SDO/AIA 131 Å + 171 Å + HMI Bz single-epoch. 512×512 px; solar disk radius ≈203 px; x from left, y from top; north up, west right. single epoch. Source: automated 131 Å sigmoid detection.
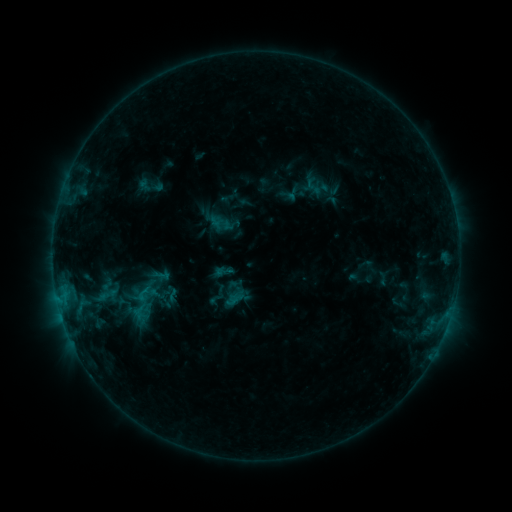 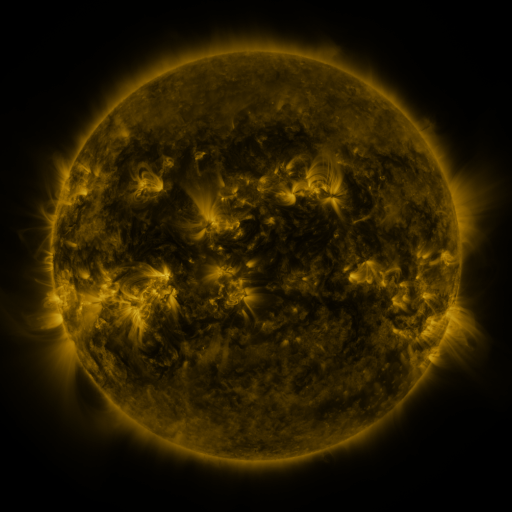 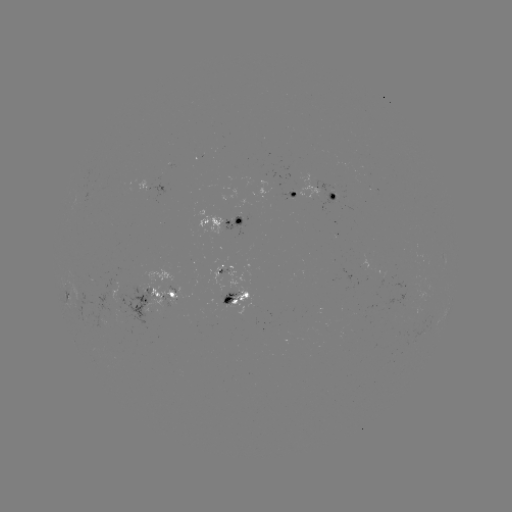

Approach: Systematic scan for sigmoid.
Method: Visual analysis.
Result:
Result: sigmoid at [224, 271].